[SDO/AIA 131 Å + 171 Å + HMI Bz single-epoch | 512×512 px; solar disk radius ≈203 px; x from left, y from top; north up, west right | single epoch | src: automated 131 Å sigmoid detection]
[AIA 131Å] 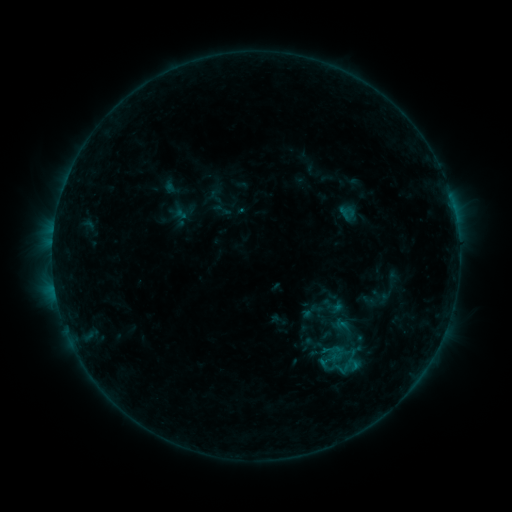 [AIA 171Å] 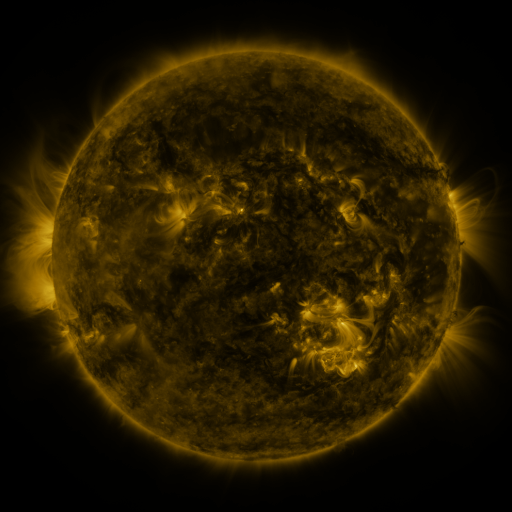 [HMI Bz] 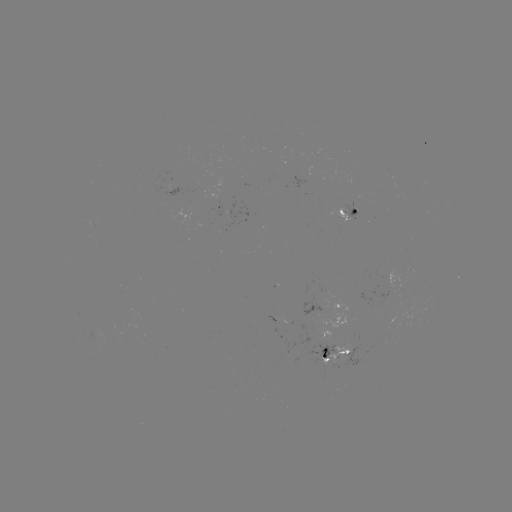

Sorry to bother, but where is sigmoid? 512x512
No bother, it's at [332, 305].